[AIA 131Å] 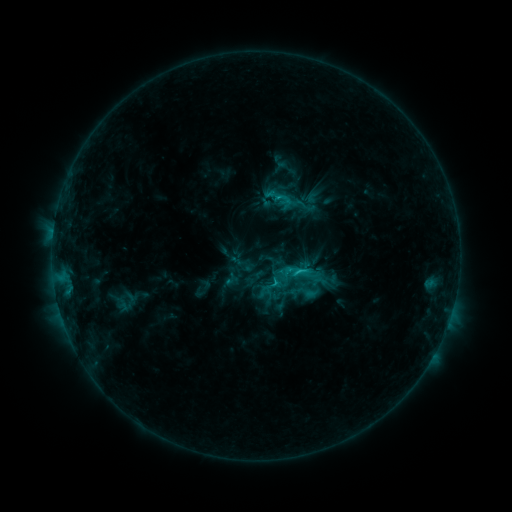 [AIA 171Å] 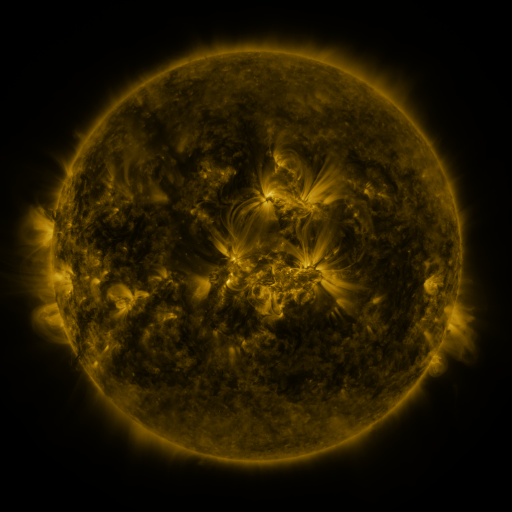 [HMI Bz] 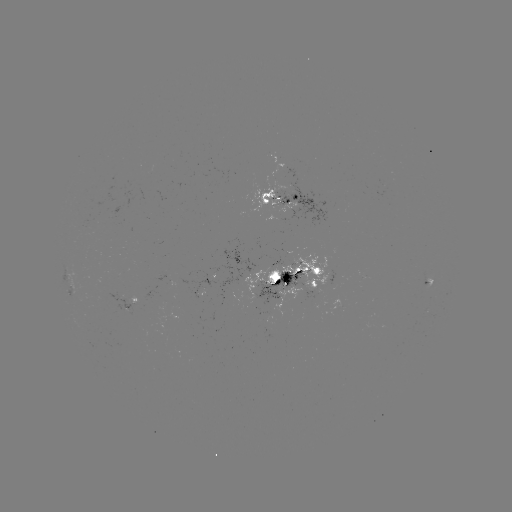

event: sigmoid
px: (303, 272)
